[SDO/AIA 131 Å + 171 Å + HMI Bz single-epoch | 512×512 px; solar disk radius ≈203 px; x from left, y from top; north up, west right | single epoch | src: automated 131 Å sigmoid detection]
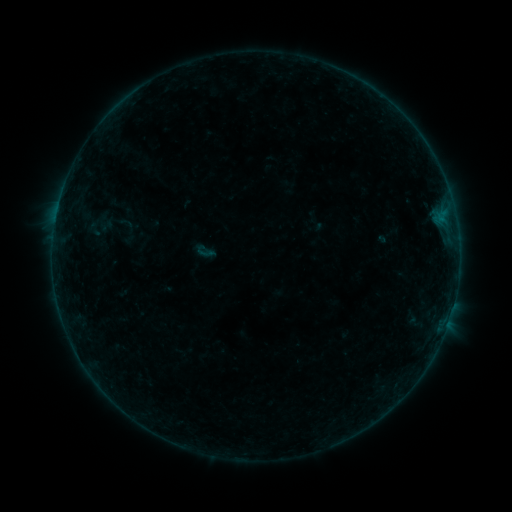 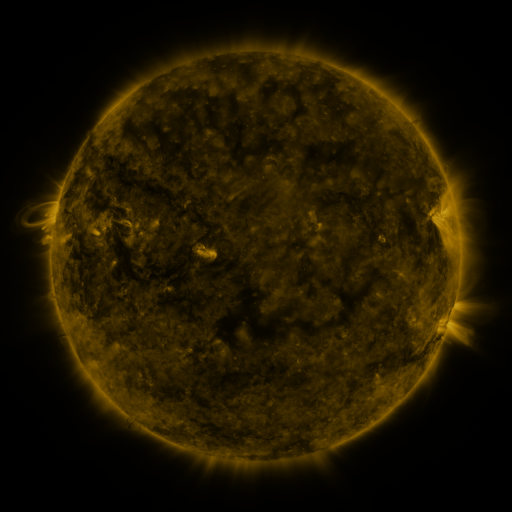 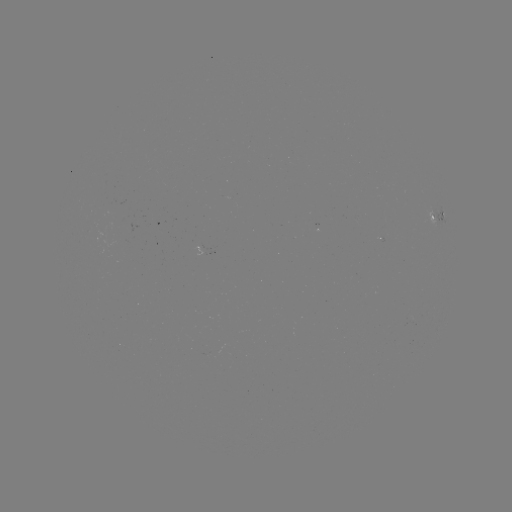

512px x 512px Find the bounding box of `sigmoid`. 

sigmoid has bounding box [197, 243, 215, 262].